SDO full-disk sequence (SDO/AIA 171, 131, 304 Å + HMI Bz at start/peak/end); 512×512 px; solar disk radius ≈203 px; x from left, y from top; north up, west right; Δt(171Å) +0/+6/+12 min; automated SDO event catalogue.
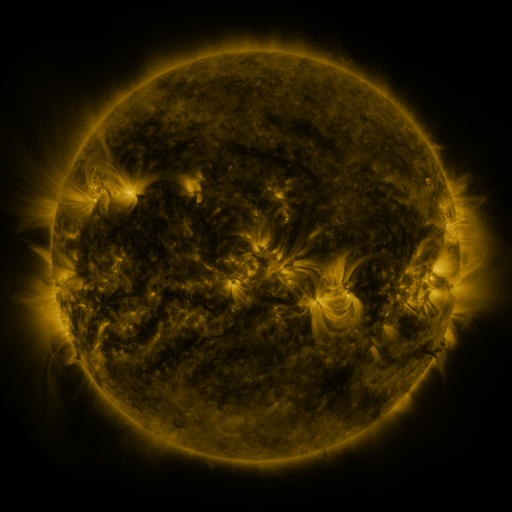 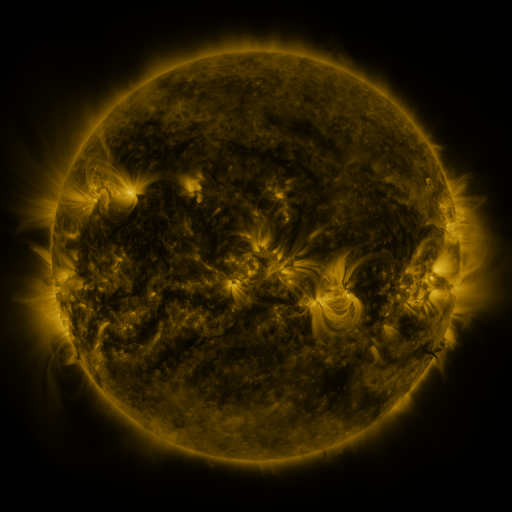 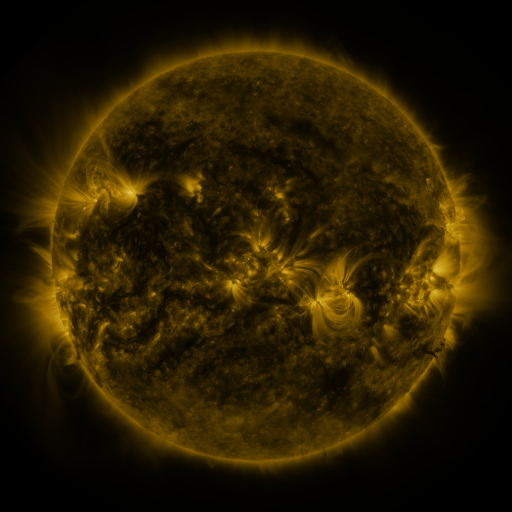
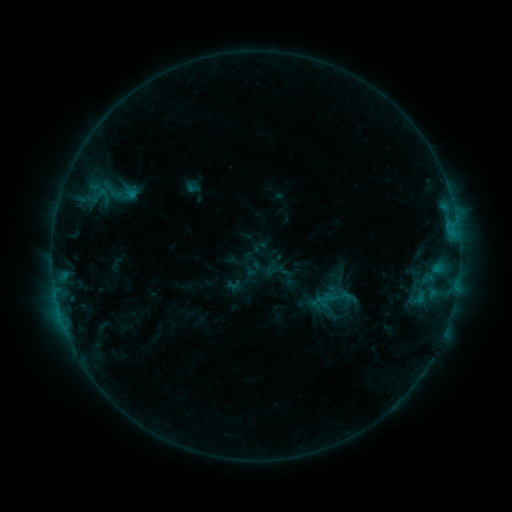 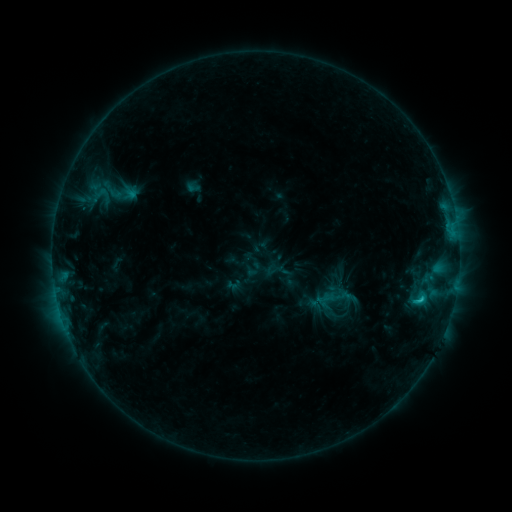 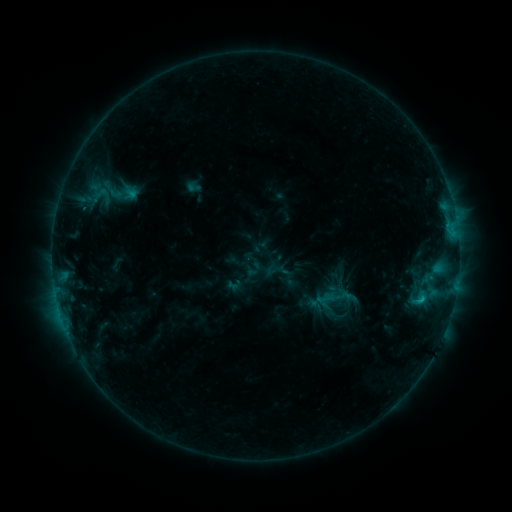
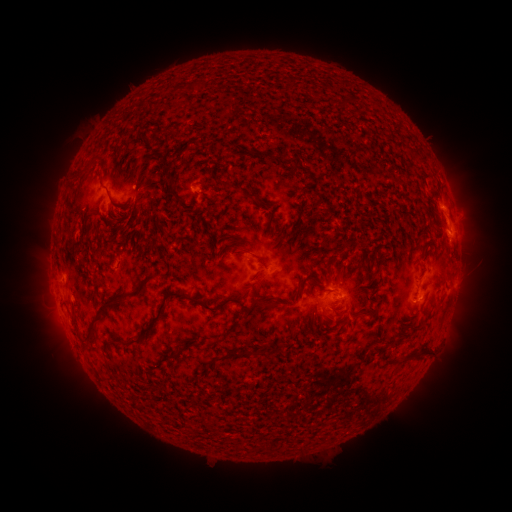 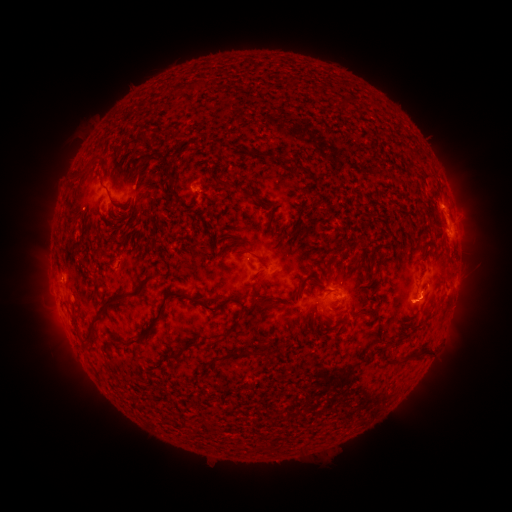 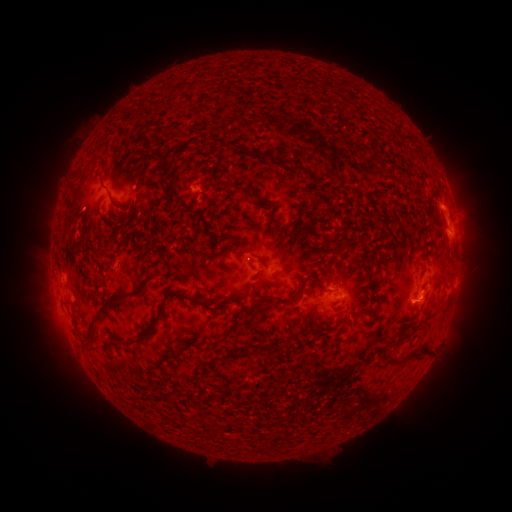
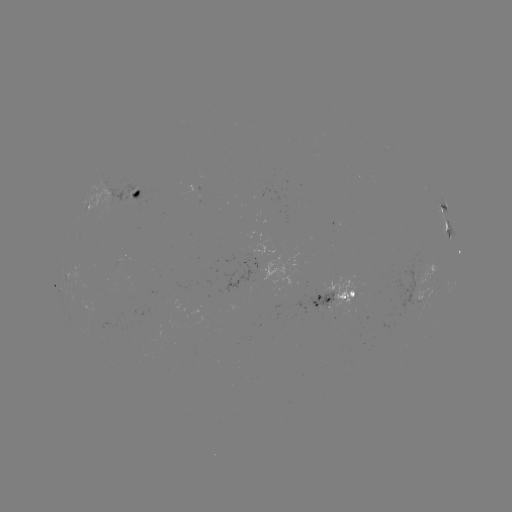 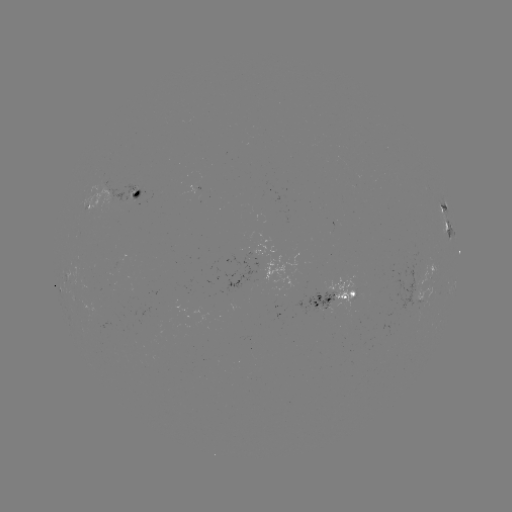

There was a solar flare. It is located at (420, 298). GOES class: C1.2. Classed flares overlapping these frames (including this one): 1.